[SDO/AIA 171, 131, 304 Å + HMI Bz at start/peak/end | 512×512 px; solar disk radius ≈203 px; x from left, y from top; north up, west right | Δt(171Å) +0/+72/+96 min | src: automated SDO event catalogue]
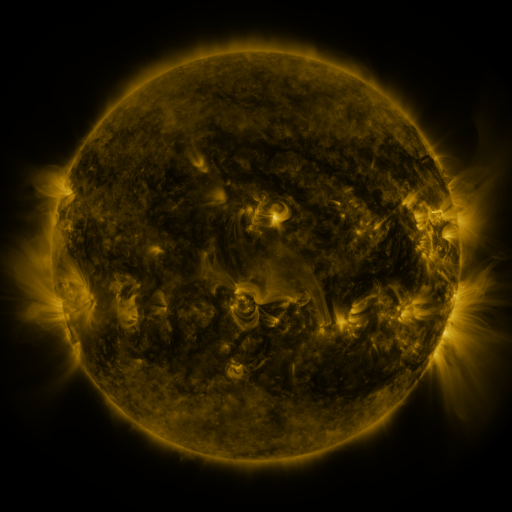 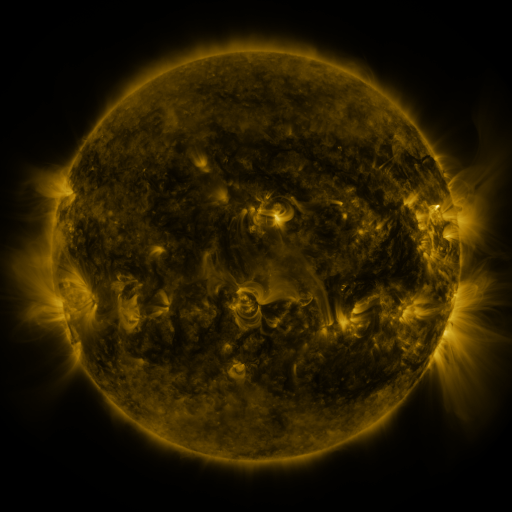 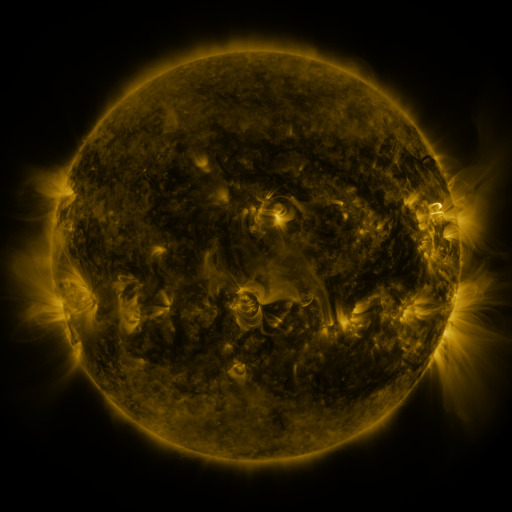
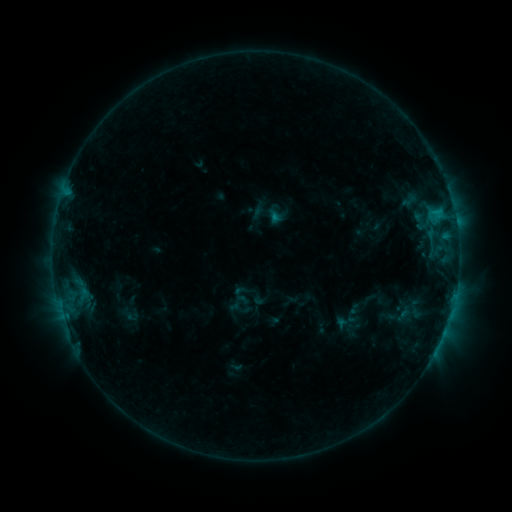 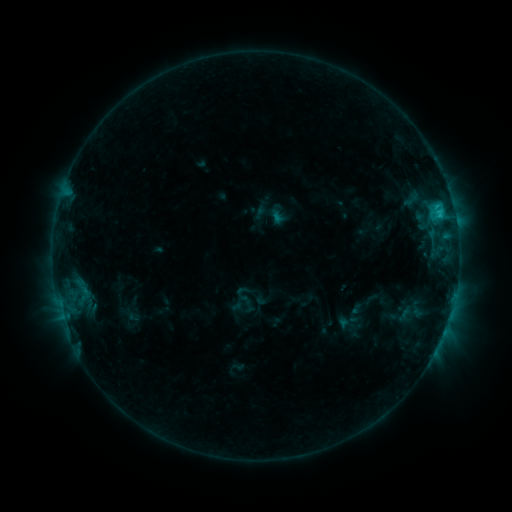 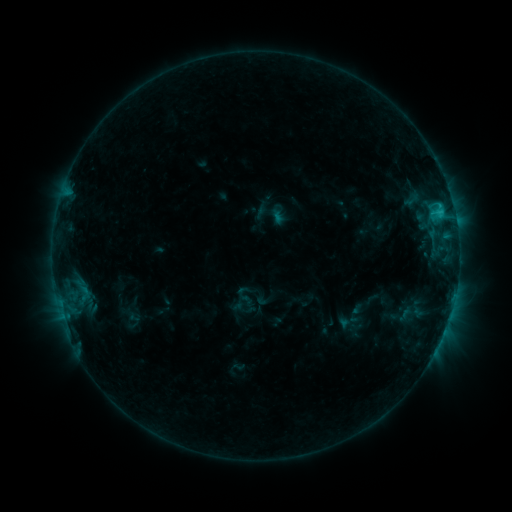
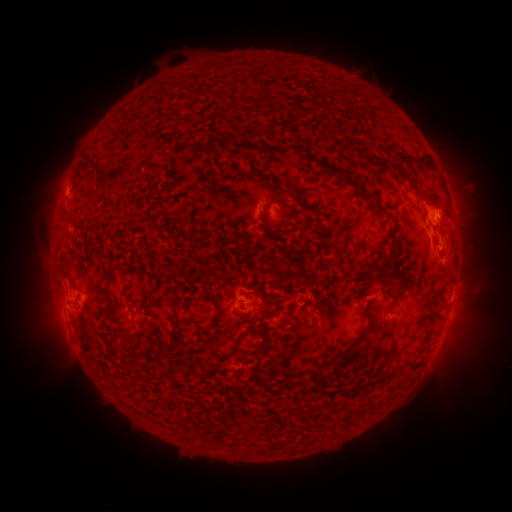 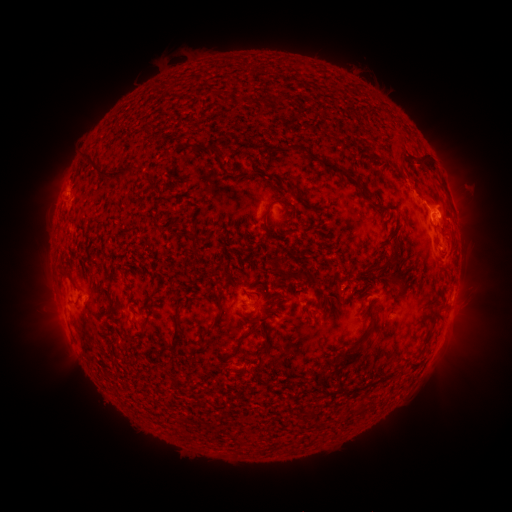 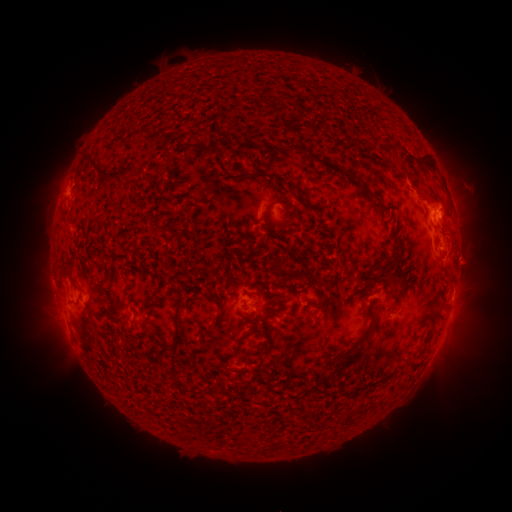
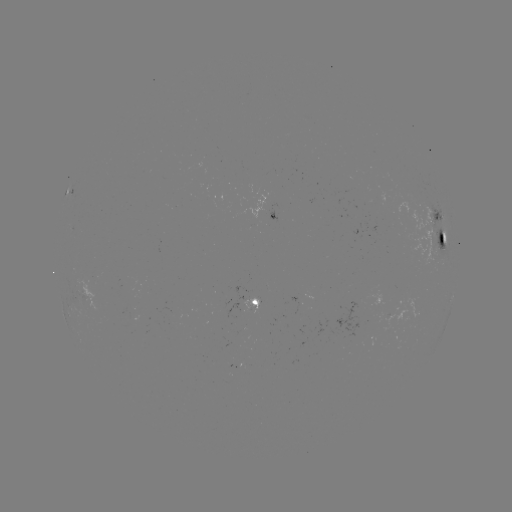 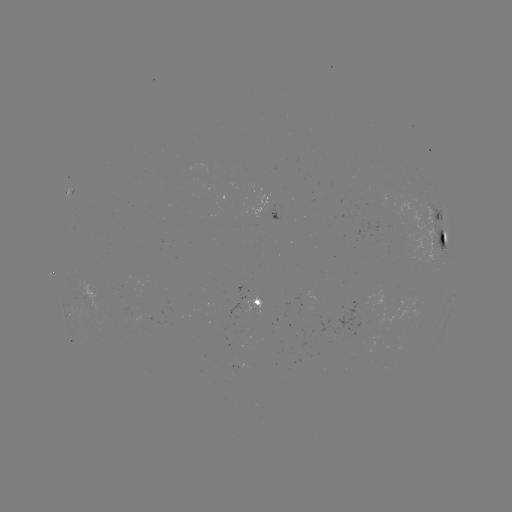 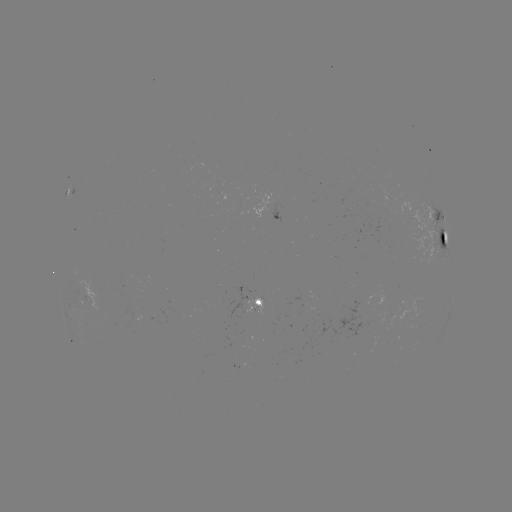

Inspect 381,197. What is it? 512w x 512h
emerging-flux region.